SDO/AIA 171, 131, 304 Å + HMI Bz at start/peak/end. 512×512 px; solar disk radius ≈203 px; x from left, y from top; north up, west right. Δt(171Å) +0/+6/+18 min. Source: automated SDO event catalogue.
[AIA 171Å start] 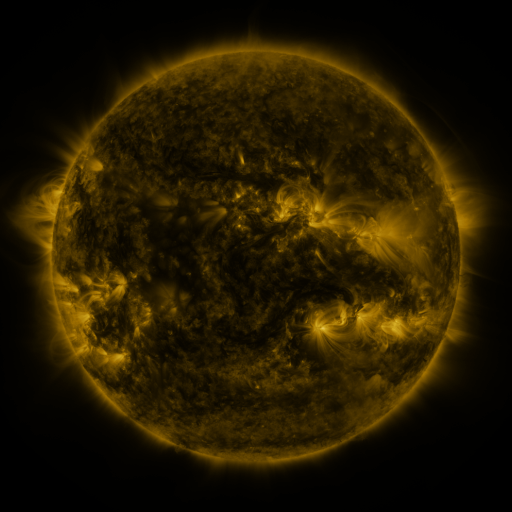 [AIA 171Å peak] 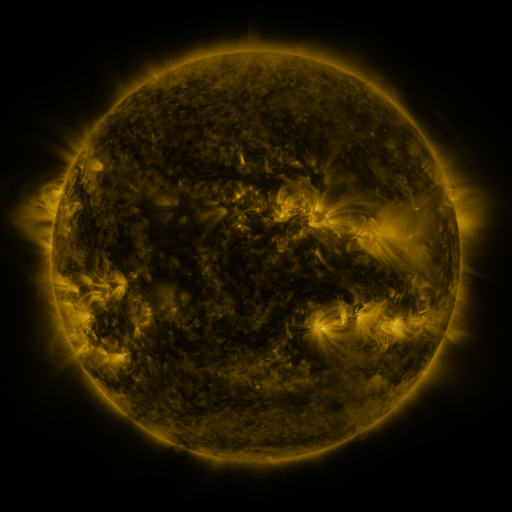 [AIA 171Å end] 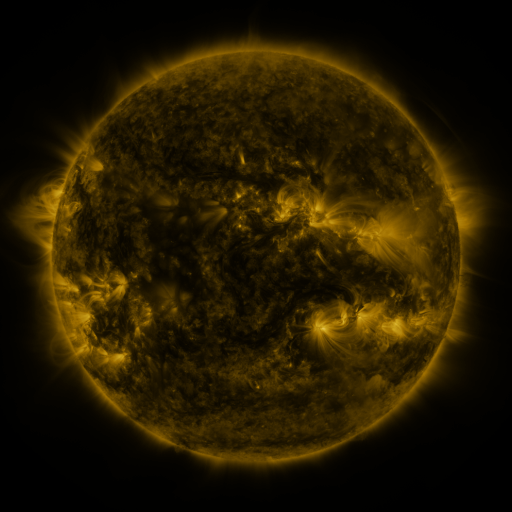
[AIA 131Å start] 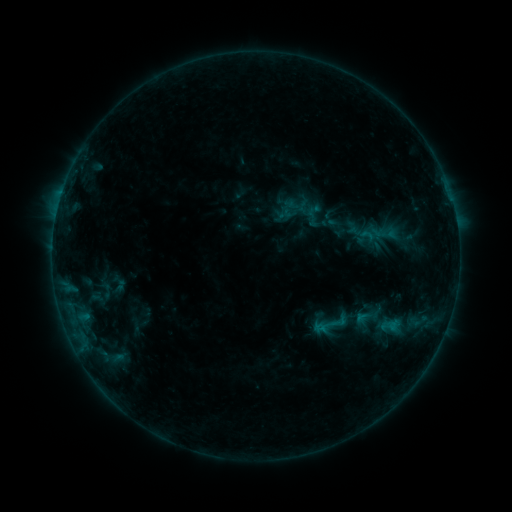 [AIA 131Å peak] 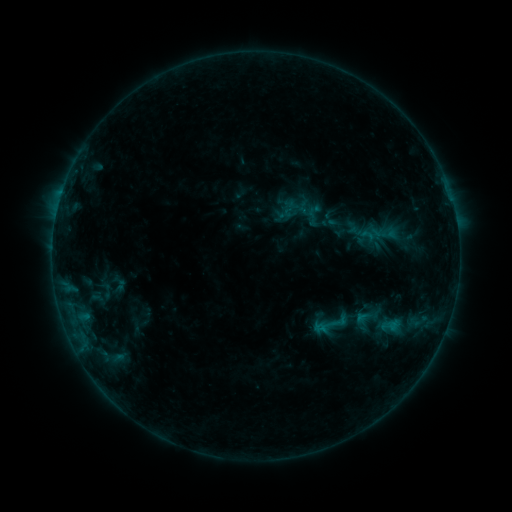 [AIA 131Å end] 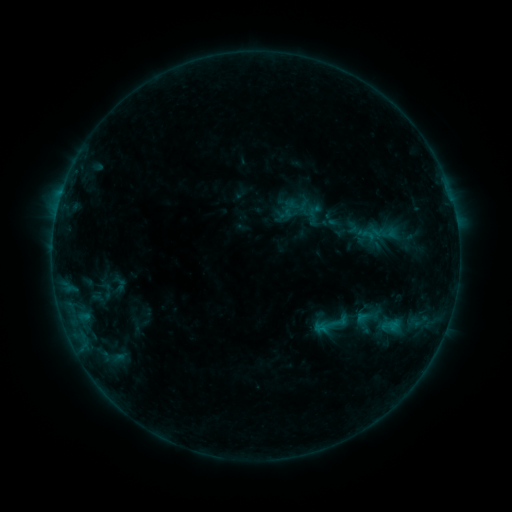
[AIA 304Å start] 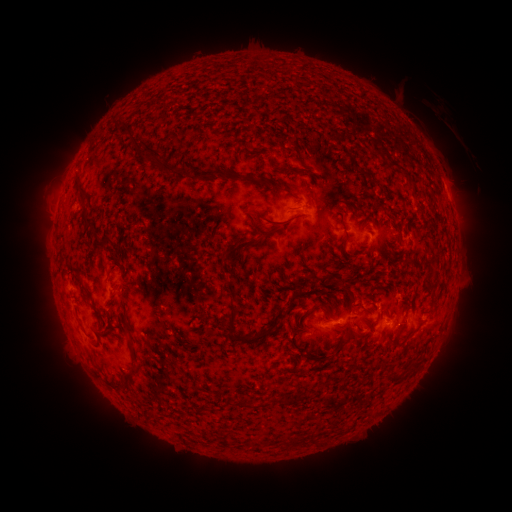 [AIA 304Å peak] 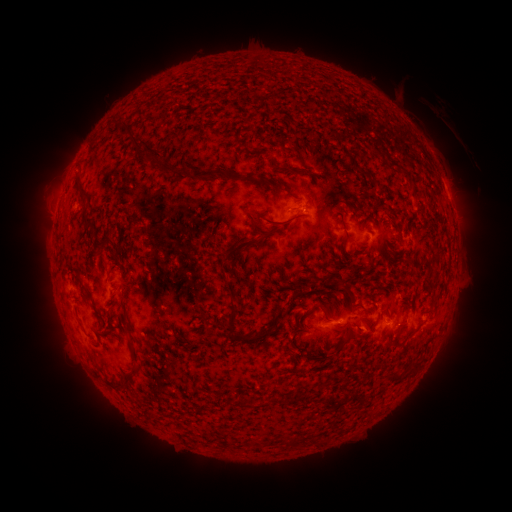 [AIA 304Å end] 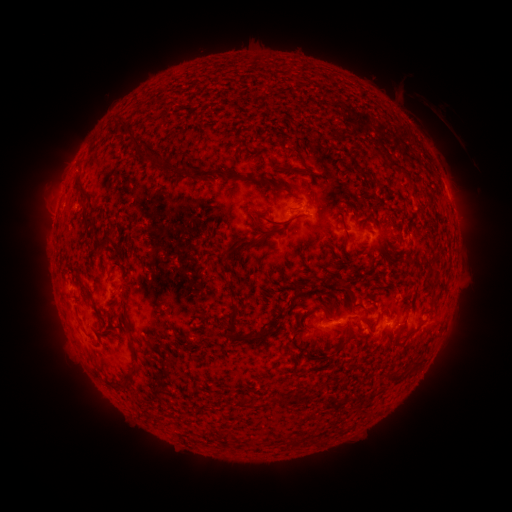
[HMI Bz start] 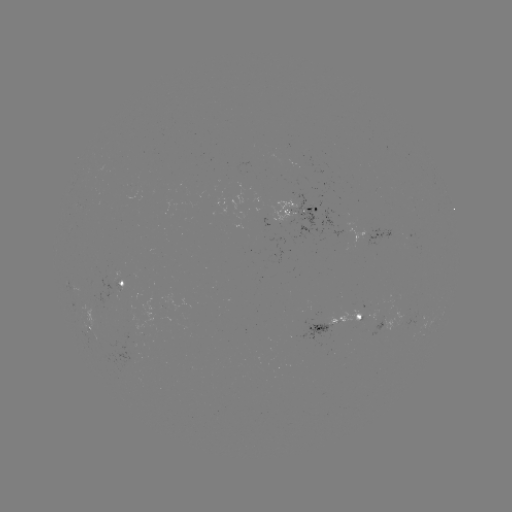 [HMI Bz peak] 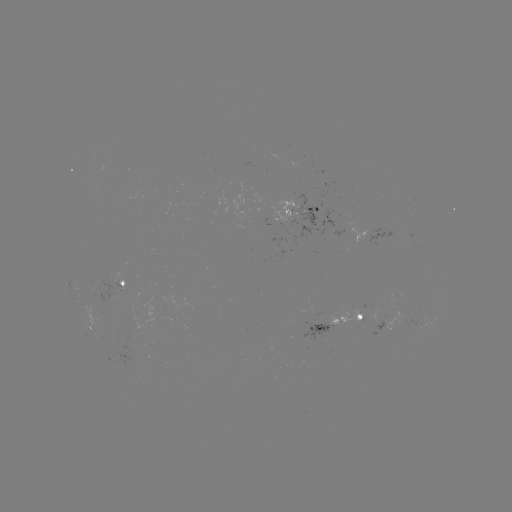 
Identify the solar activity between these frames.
no classed flare was catalogued and no EUV brightening was flagged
